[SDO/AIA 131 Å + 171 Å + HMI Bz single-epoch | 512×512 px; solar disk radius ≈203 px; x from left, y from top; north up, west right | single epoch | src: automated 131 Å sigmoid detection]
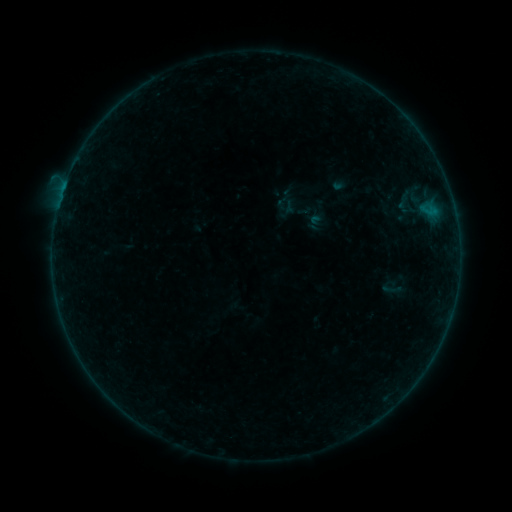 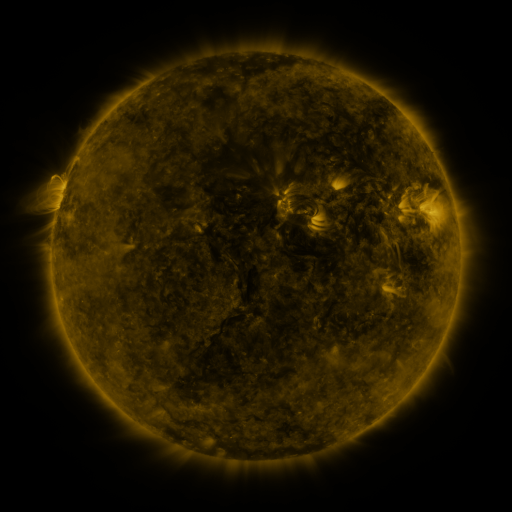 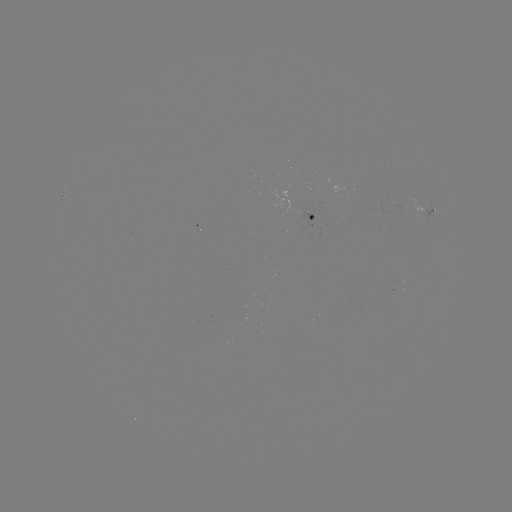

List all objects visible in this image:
sigmoid: <bbox>380, 277, 402, 300</bbox>
